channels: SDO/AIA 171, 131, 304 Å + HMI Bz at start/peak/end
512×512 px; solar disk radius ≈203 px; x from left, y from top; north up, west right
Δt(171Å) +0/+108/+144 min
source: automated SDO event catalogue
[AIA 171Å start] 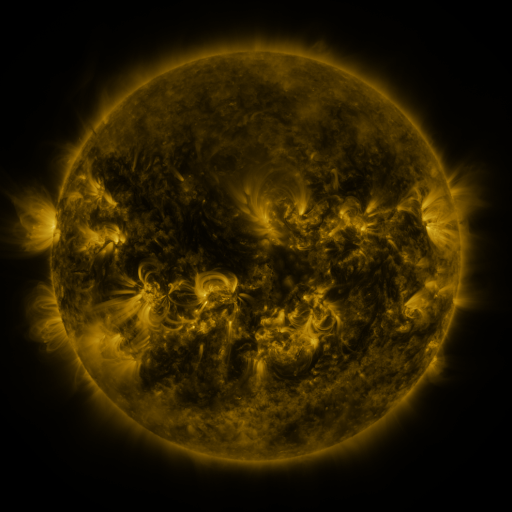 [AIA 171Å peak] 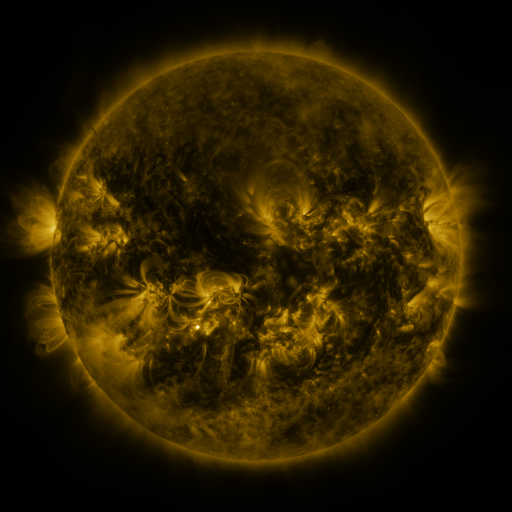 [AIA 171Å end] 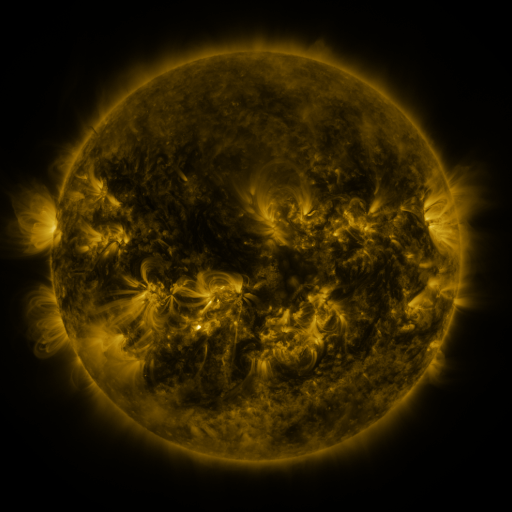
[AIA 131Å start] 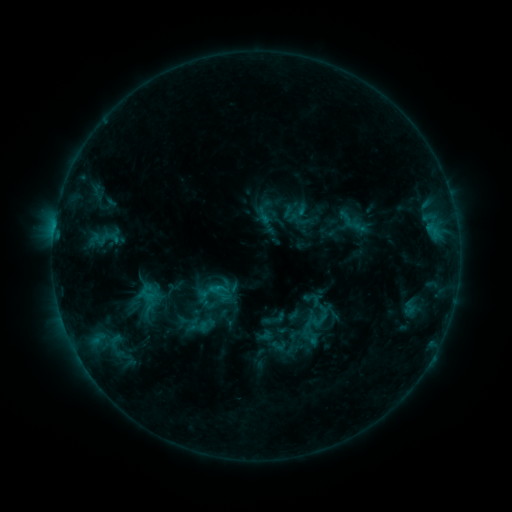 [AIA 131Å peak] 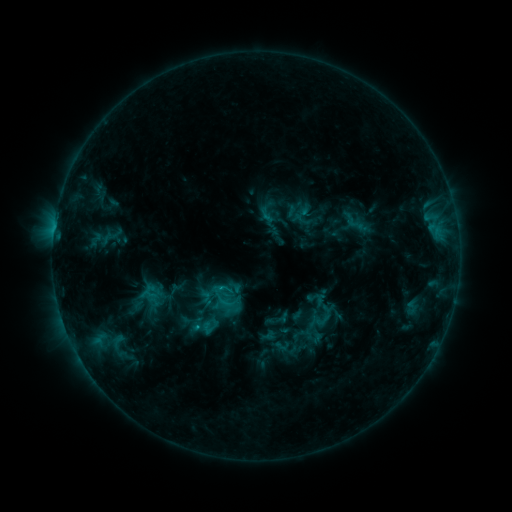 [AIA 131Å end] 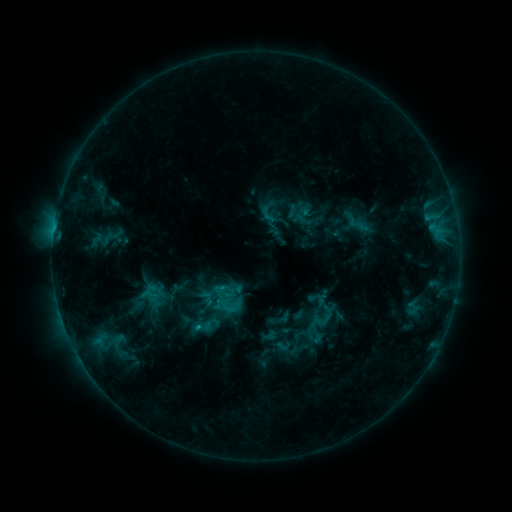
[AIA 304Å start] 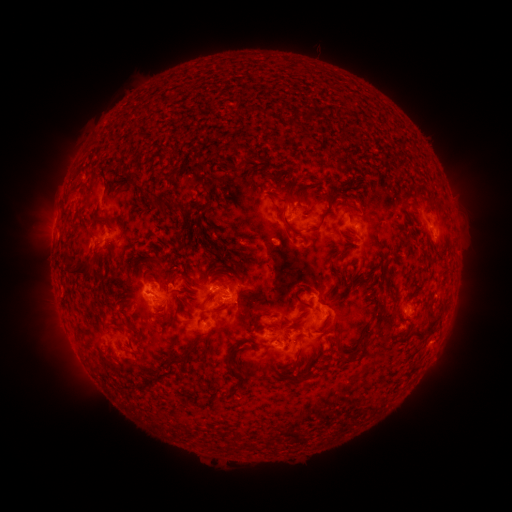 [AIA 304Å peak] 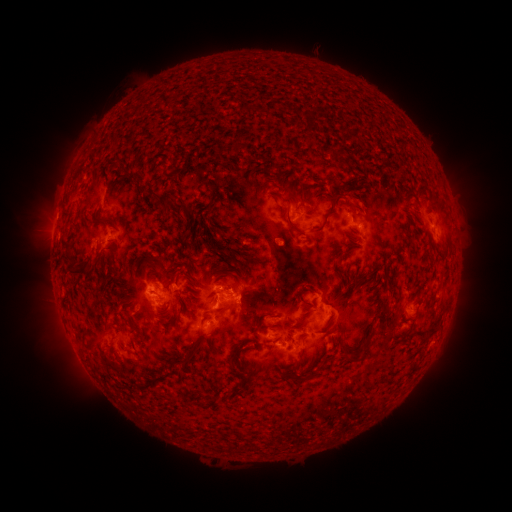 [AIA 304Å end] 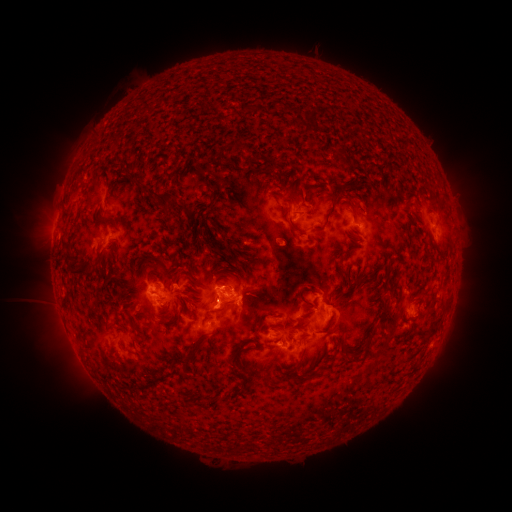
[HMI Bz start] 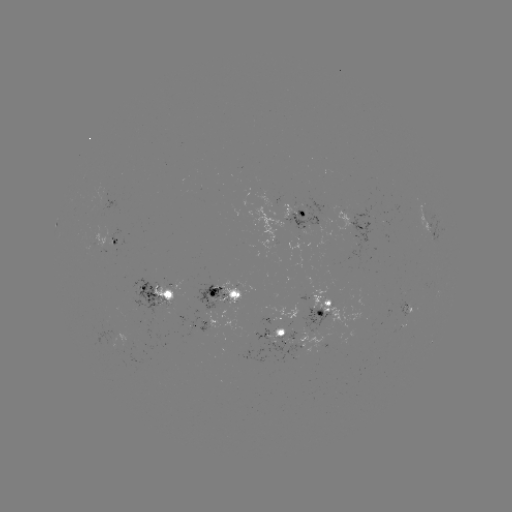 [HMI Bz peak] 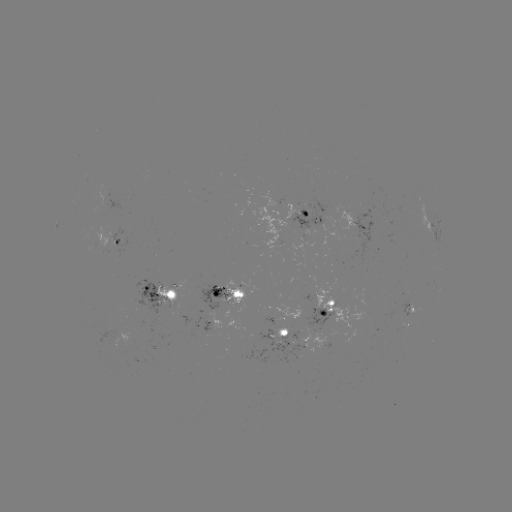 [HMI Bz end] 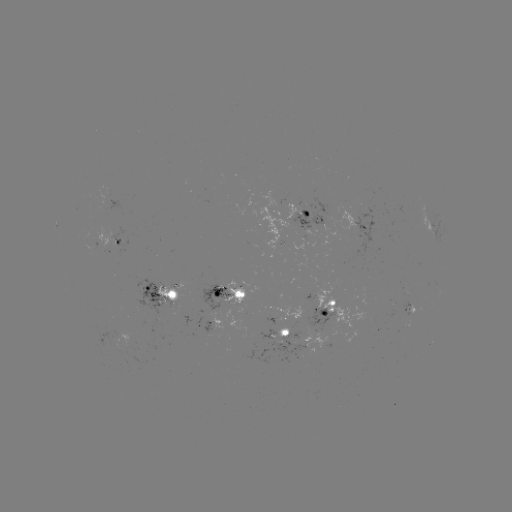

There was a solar emerging-flux region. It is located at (307, 232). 